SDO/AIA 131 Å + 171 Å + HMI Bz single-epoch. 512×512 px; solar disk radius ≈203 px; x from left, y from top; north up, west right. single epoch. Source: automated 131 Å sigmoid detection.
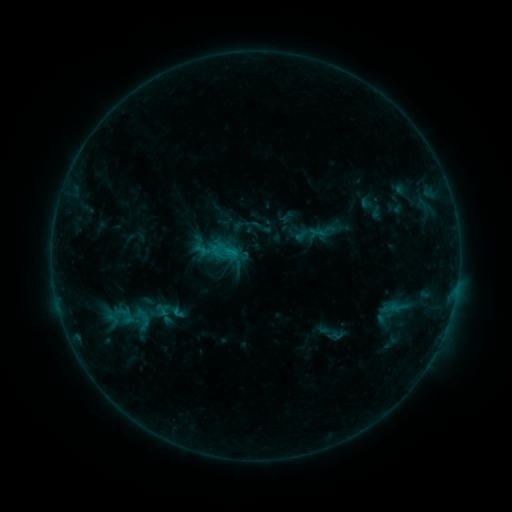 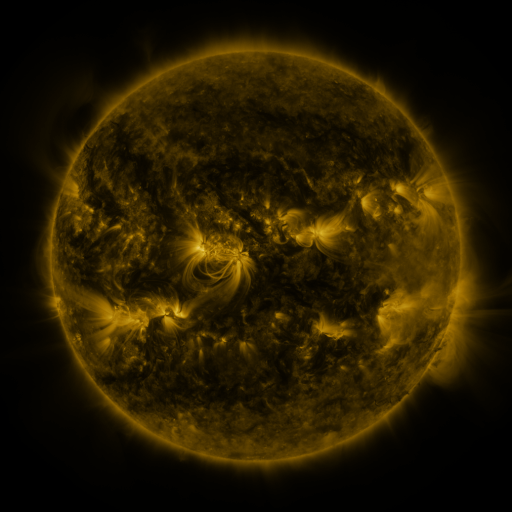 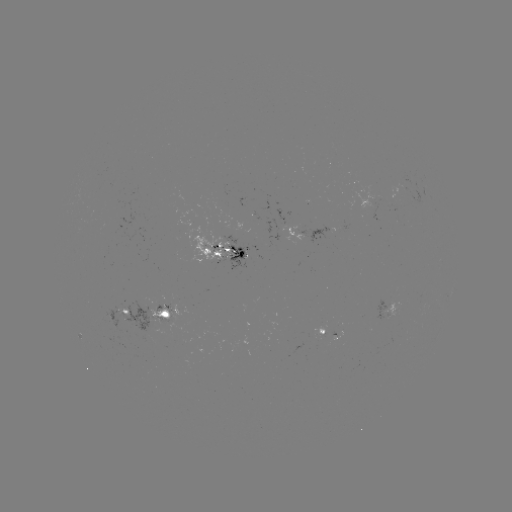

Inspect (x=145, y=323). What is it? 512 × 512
sigmoid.